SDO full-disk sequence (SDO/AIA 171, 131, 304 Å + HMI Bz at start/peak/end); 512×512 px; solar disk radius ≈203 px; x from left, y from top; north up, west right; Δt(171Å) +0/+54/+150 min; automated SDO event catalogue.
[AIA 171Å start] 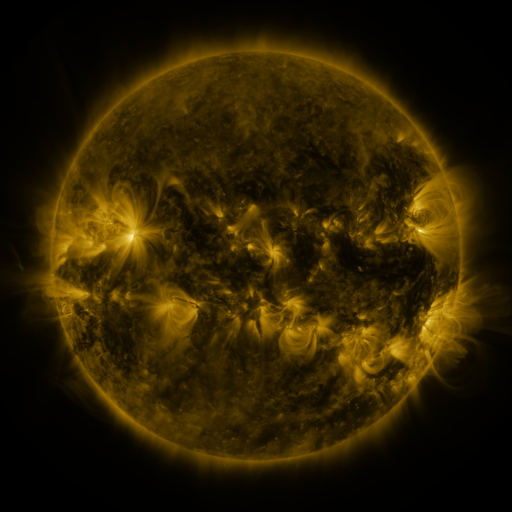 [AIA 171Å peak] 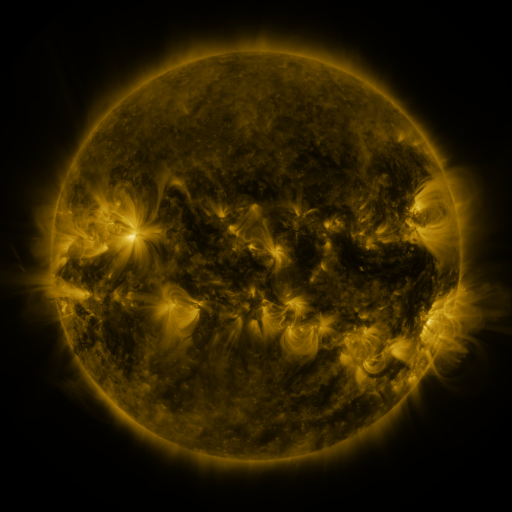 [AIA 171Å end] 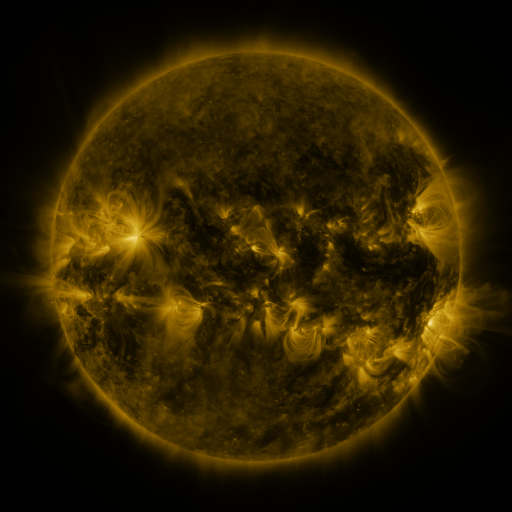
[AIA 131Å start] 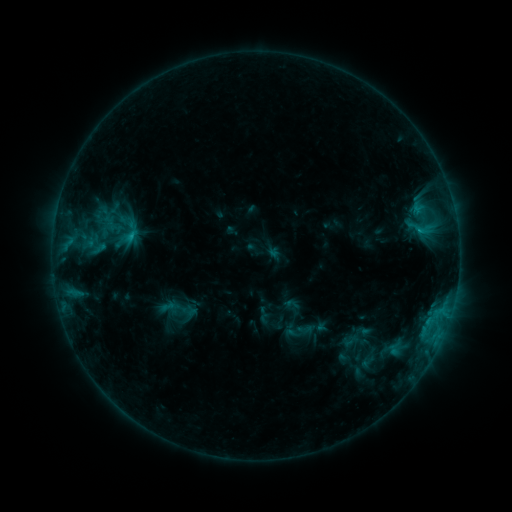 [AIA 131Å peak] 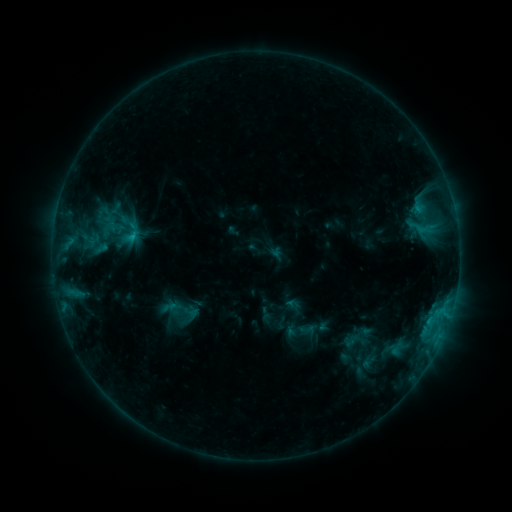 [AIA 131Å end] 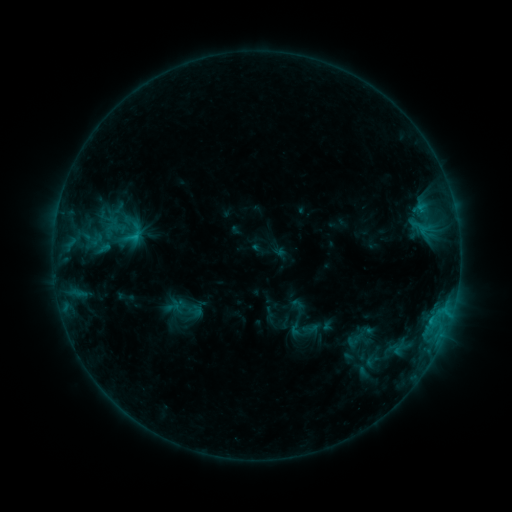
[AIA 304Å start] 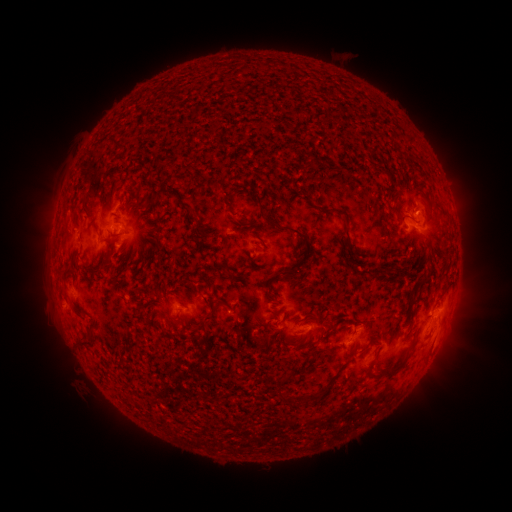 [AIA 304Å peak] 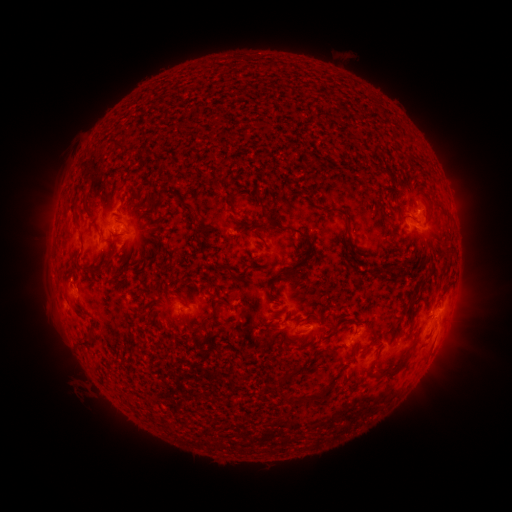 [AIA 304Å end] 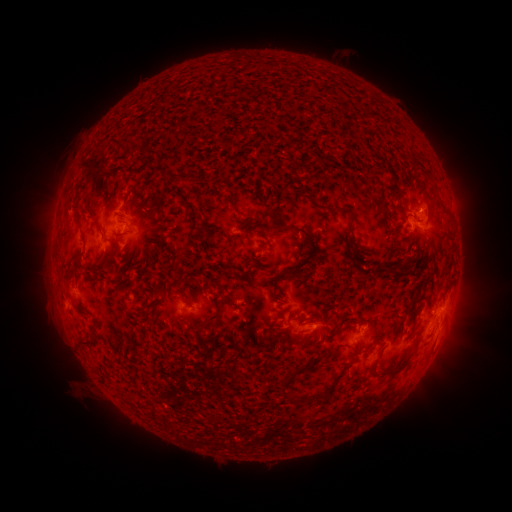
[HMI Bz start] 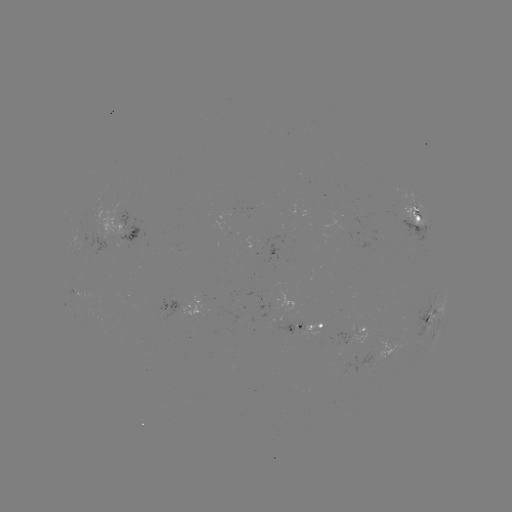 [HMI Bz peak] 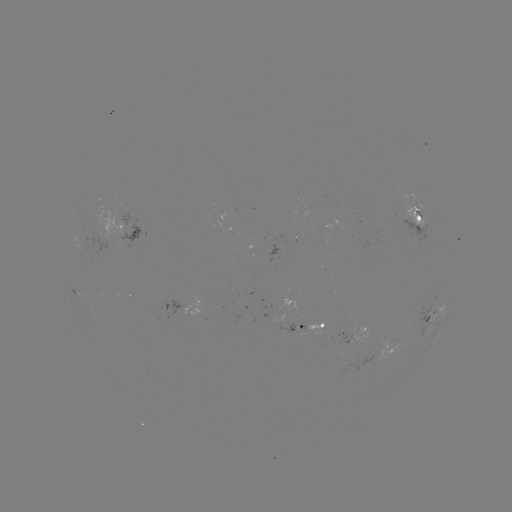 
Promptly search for emerging-flux region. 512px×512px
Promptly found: [411, 201].